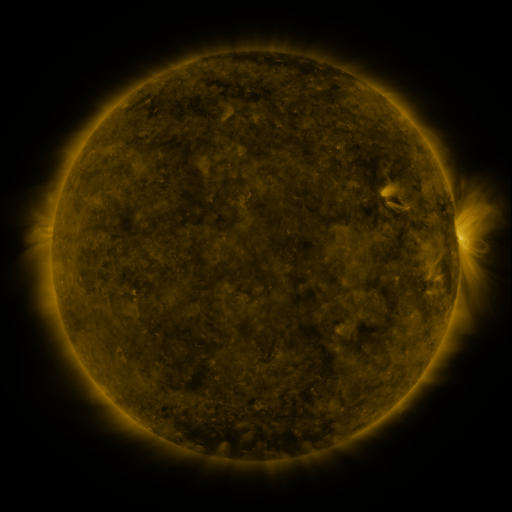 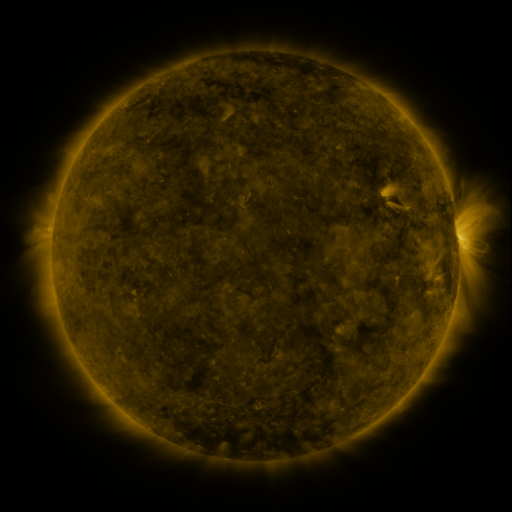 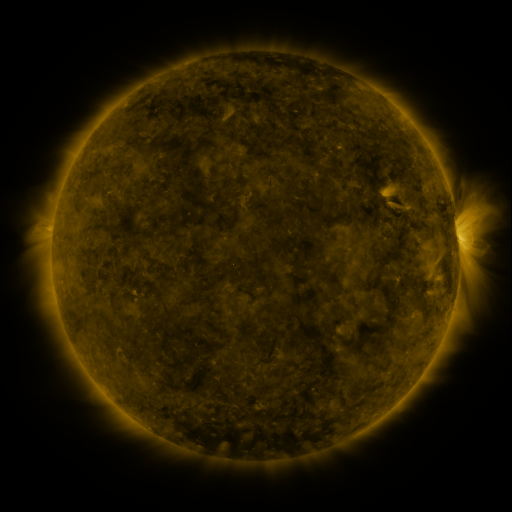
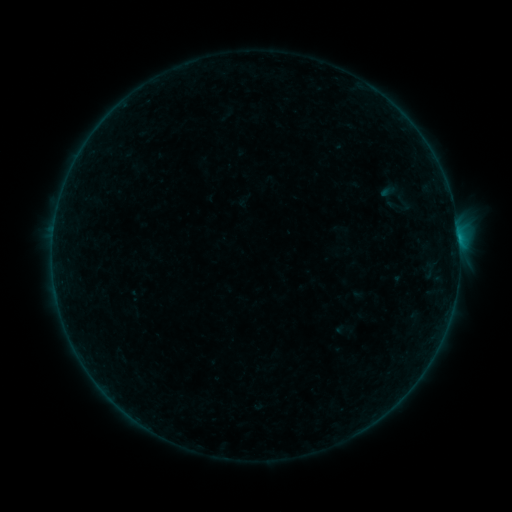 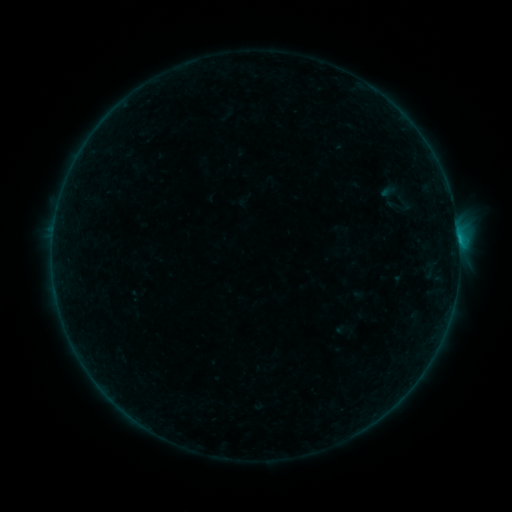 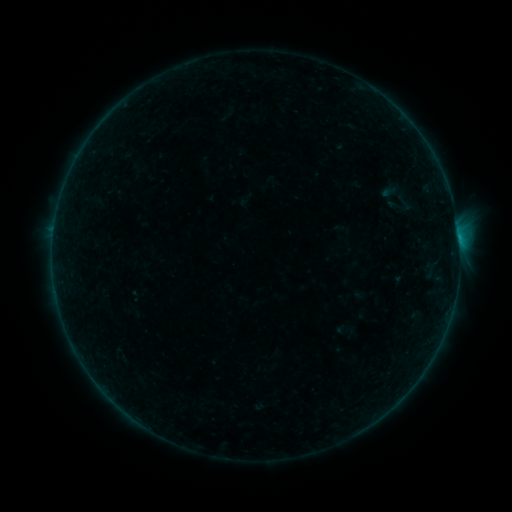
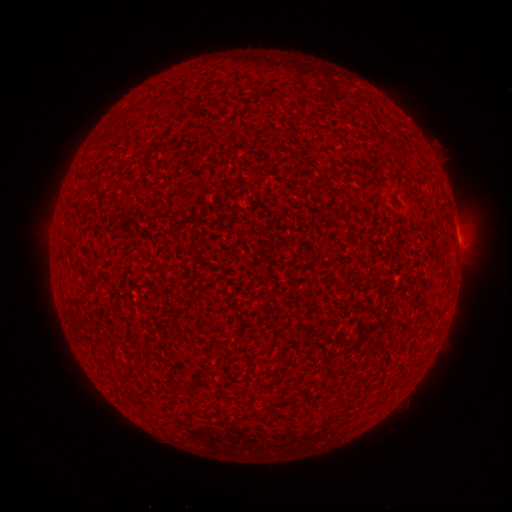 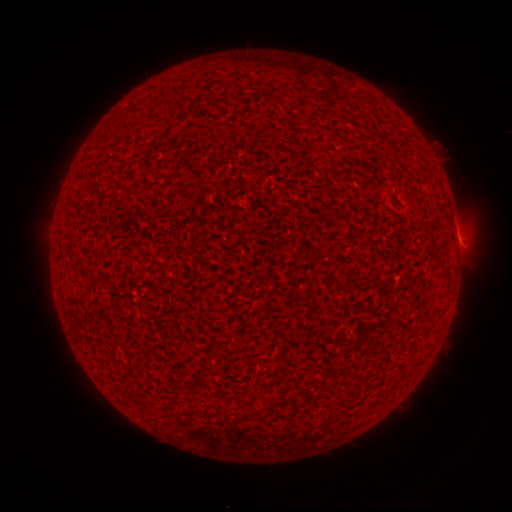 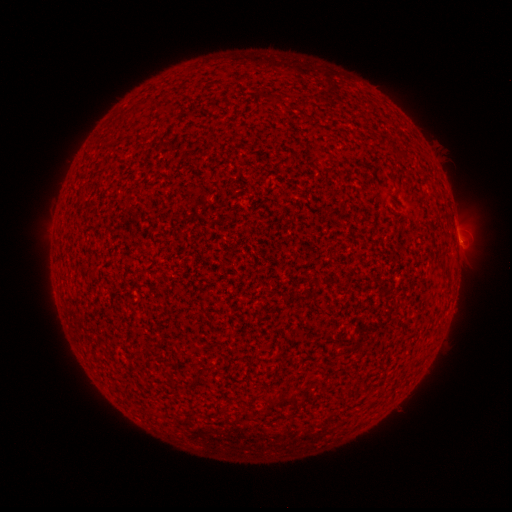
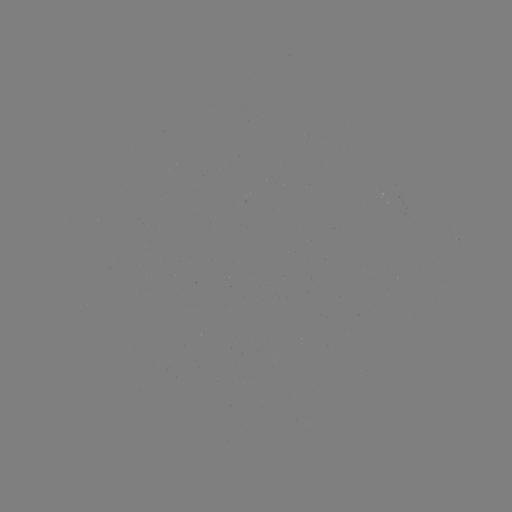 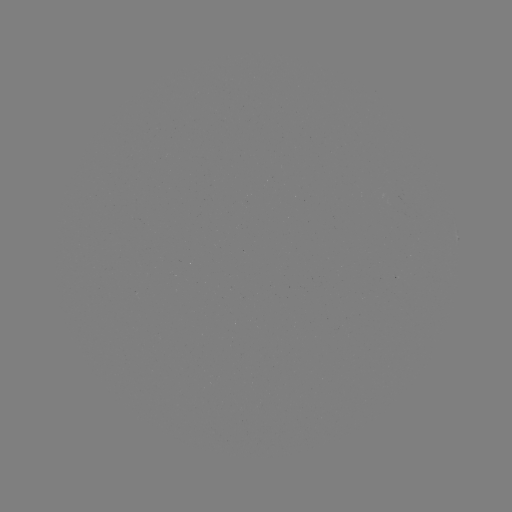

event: flare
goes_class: B2.4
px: (458, 241)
